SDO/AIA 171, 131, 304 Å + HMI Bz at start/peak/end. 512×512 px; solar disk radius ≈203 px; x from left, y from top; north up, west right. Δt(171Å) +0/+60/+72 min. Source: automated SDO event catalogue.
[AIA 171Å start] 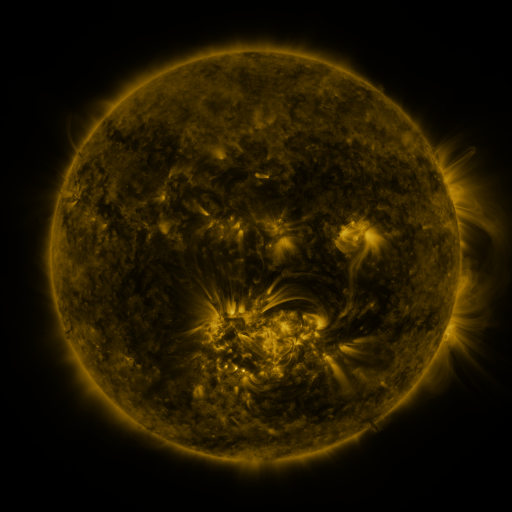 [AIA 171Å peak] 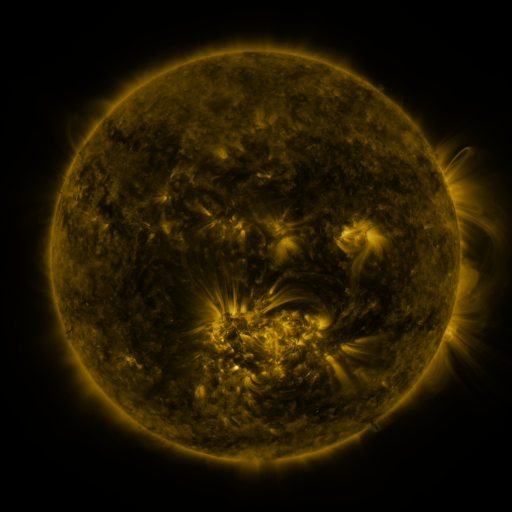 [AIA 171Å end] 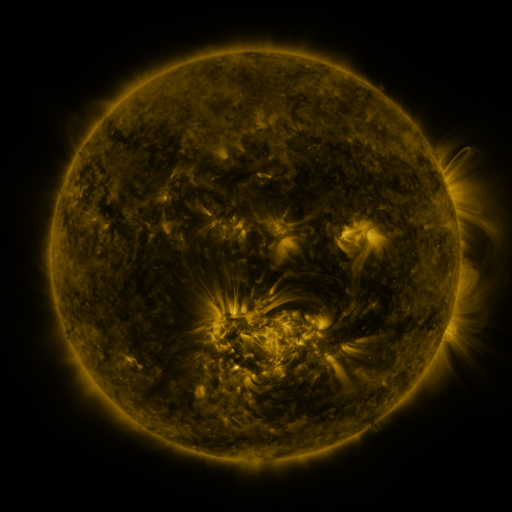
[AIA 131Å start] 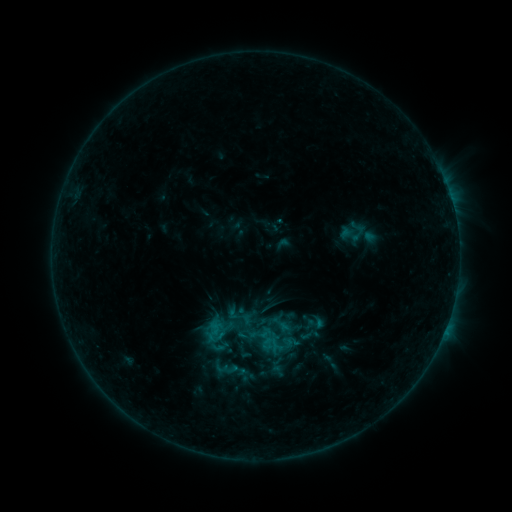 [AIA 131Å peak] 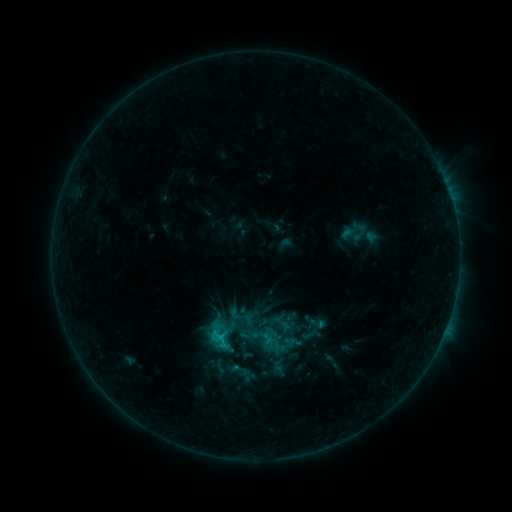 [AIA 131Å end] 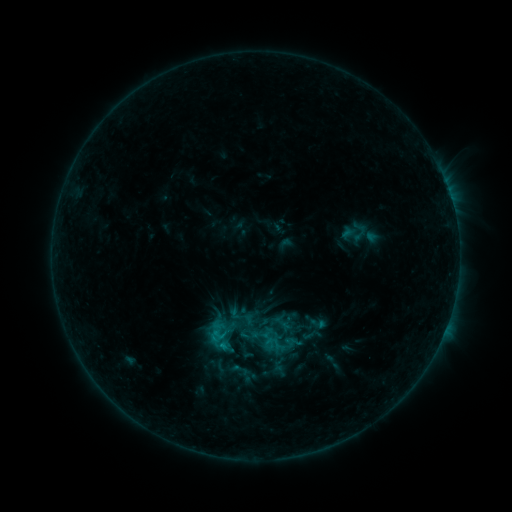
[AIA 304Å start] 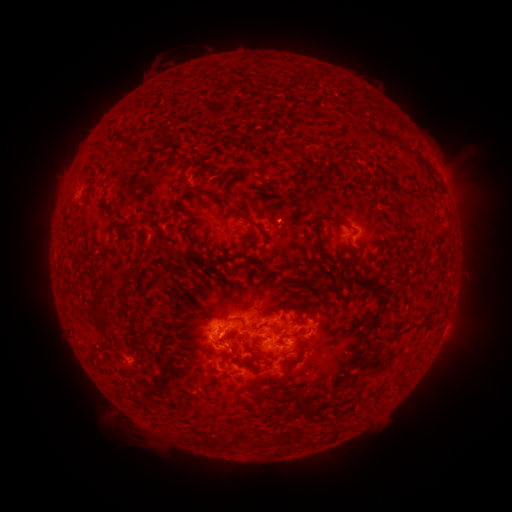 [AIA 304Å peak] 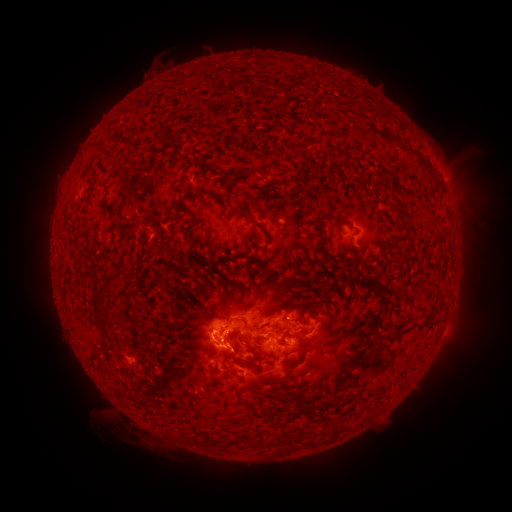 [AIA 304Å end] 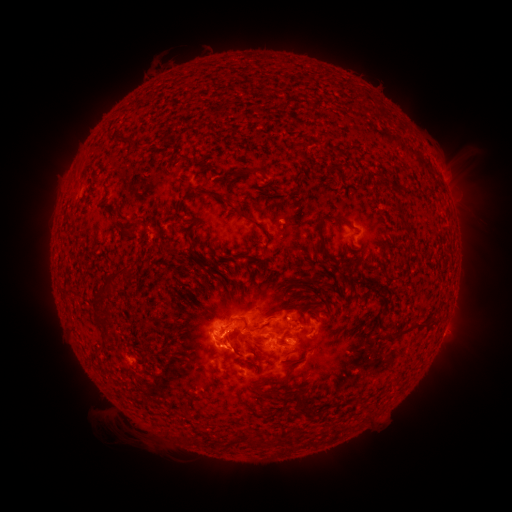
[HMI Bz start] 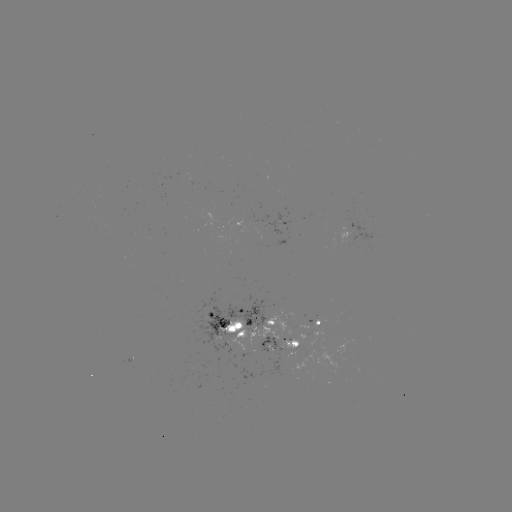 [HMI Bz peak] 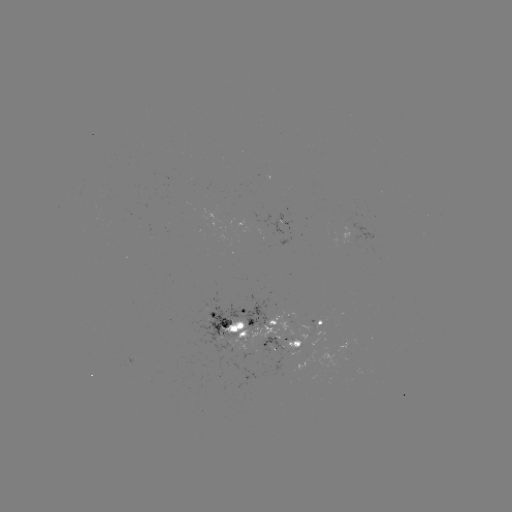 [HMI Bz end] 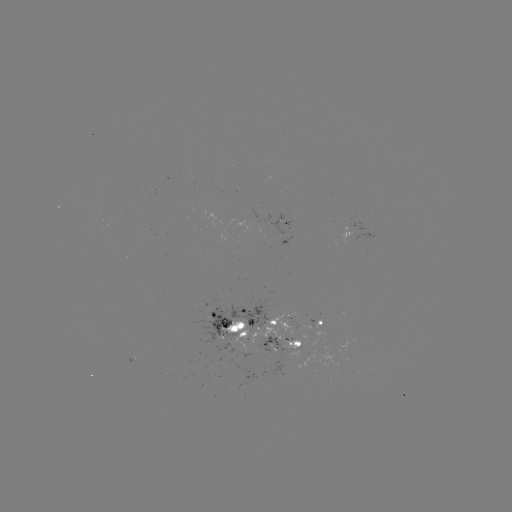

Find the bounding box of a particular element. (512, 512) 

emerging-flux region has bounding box [313, 319, 322, 332].